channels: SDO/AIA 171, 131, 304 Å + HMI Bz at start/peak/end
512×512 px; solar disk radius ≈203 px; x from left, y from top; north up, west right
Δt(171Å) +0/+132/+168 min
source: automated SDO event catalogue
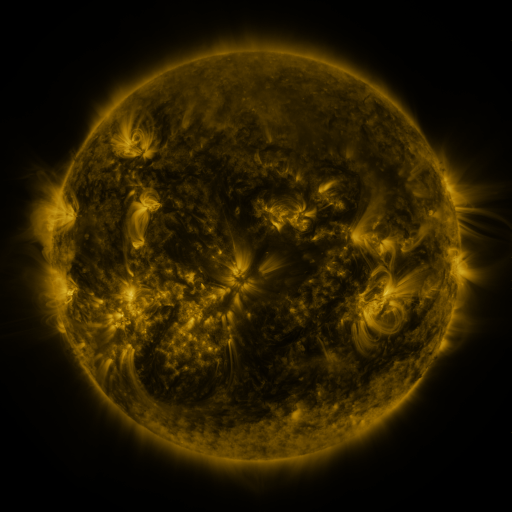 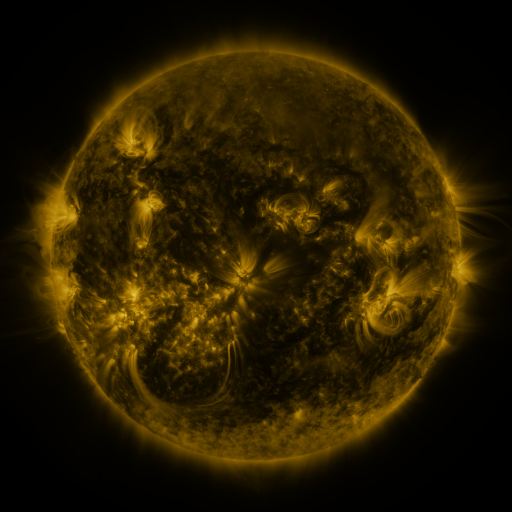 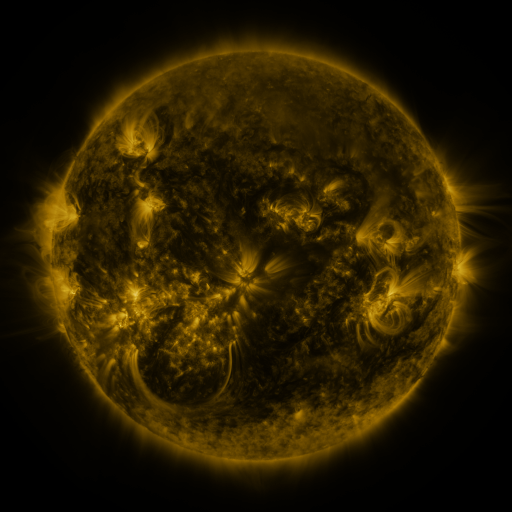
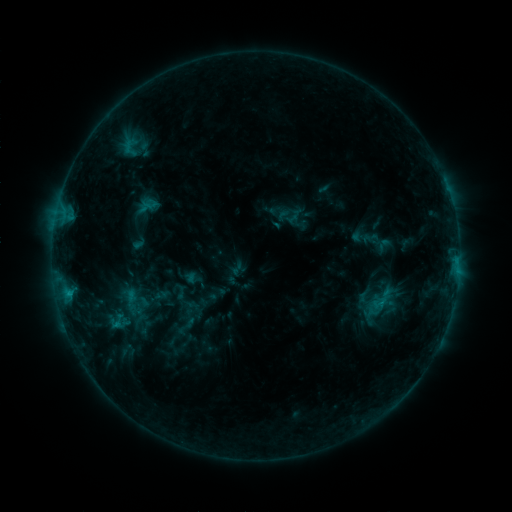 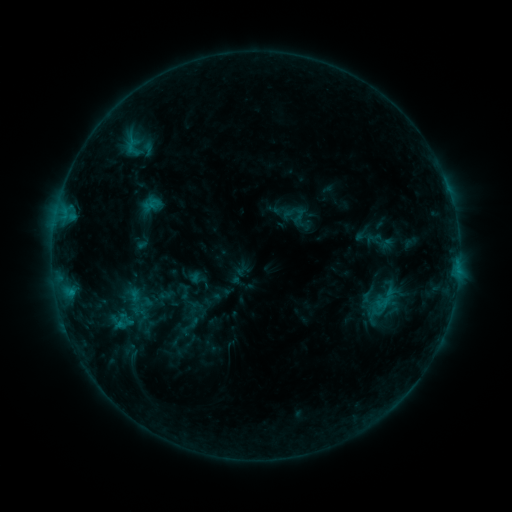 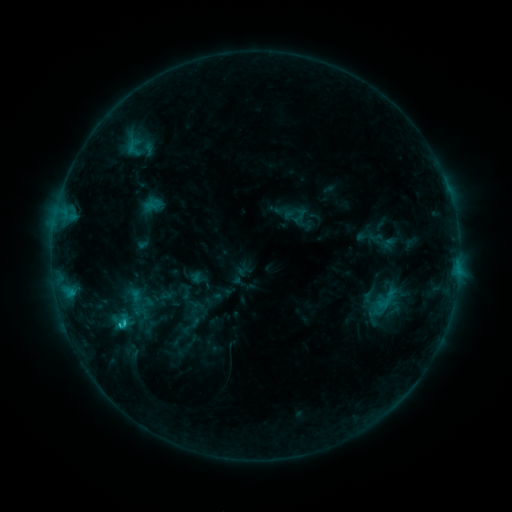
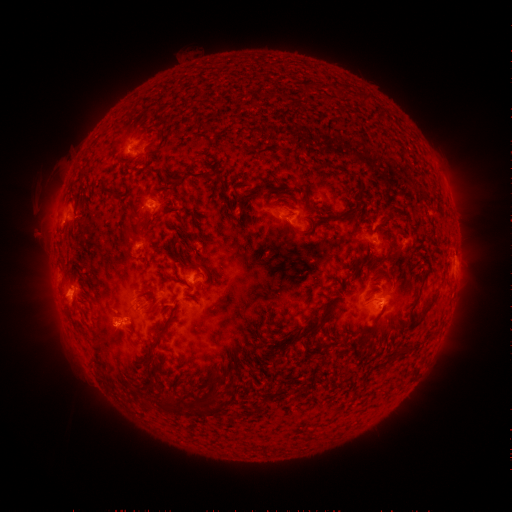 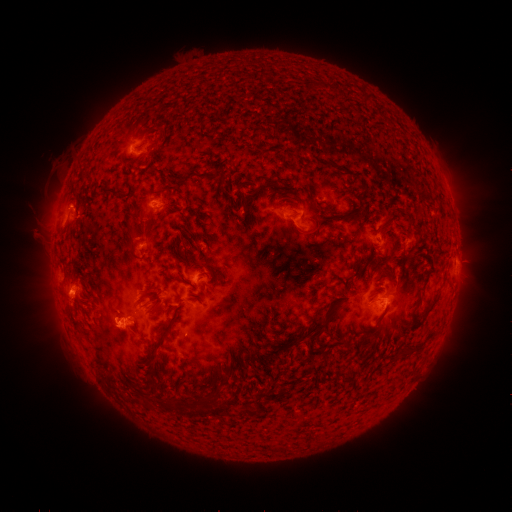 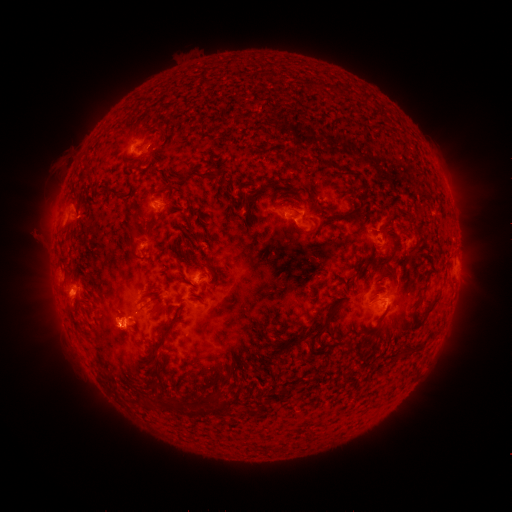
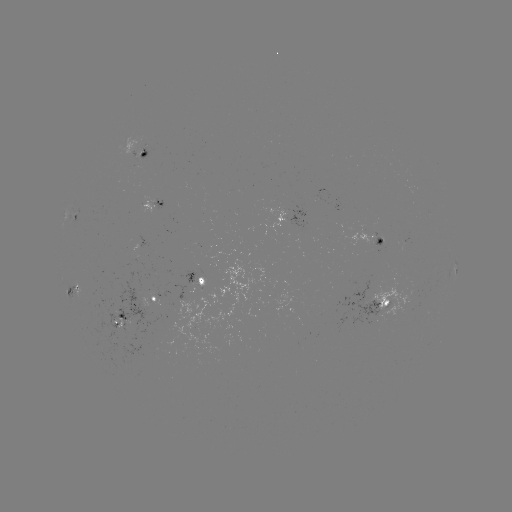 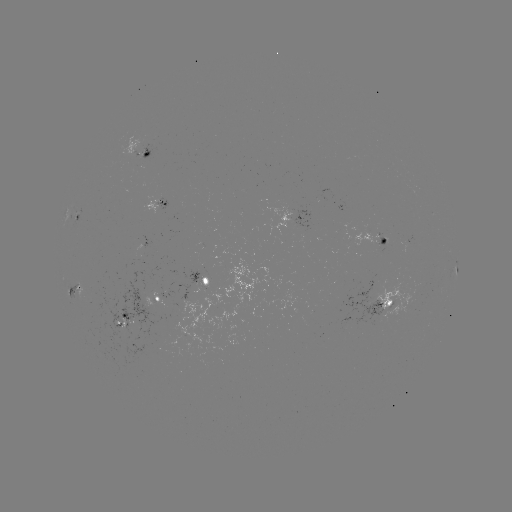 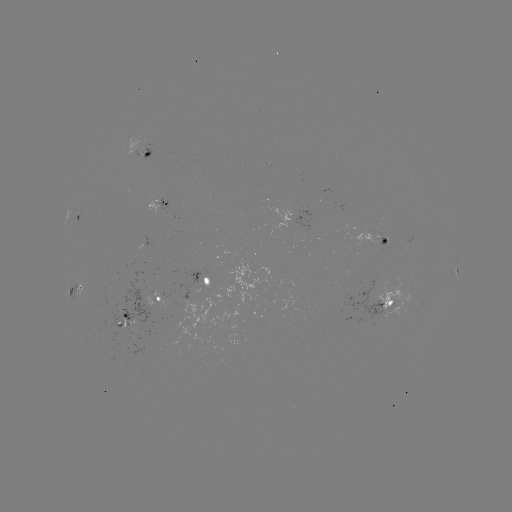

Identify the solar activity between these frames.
emerging-flux region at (286, 214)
